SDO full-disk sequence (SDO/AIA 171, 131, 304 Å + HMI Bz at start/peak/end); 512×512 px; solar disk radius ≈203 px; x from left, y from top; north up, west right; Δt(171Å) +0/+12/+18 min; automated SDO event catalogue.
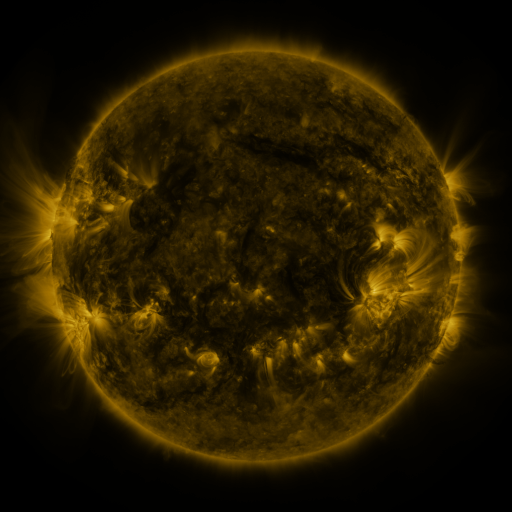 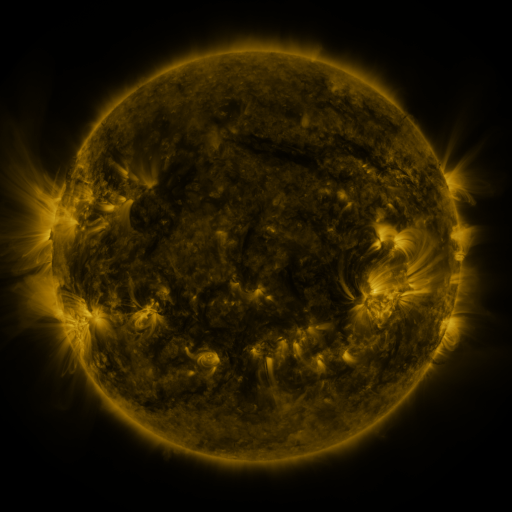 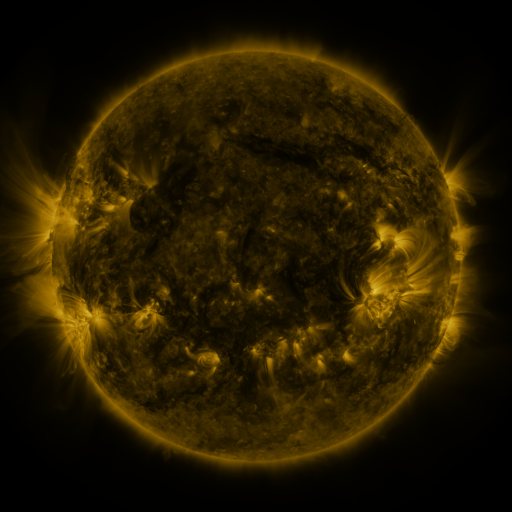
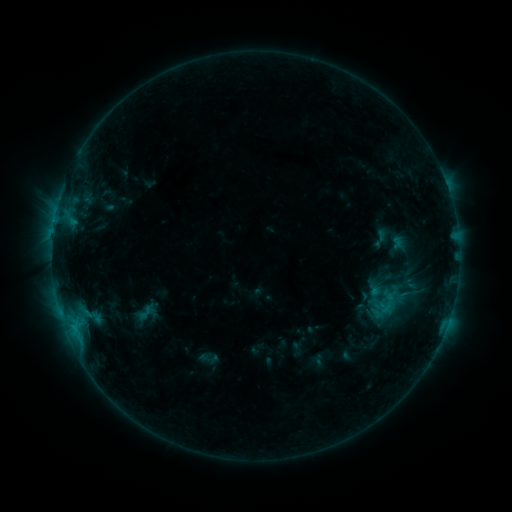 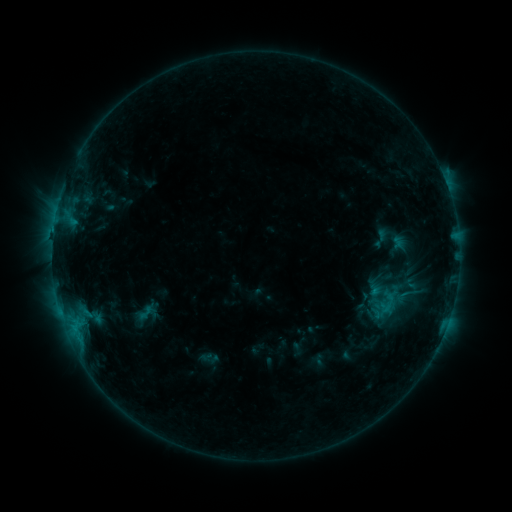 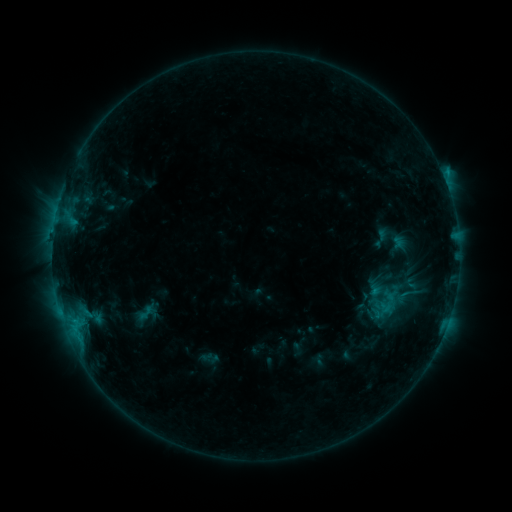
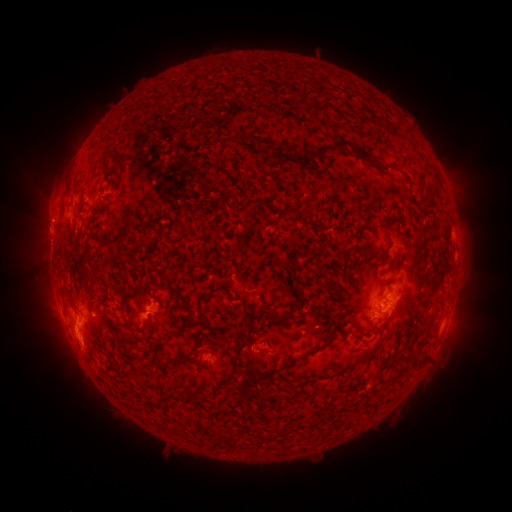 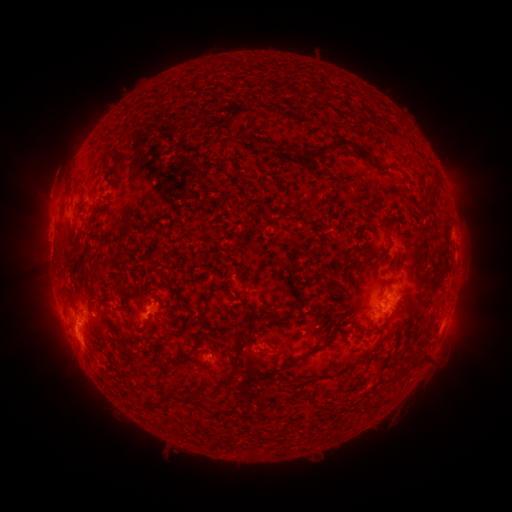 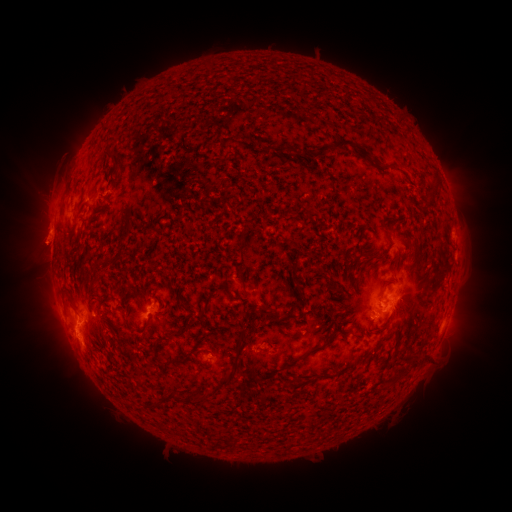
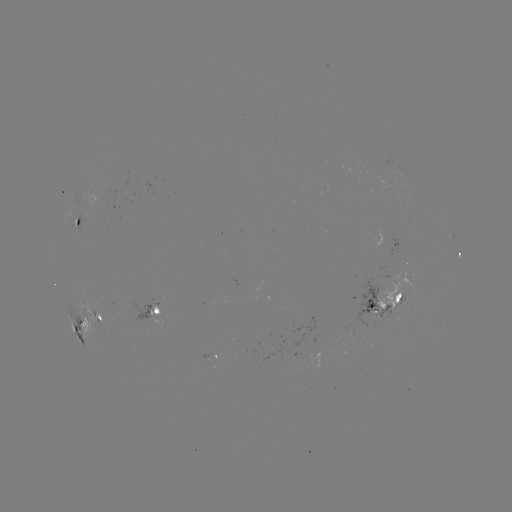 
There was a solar eruption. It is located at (48, 191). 